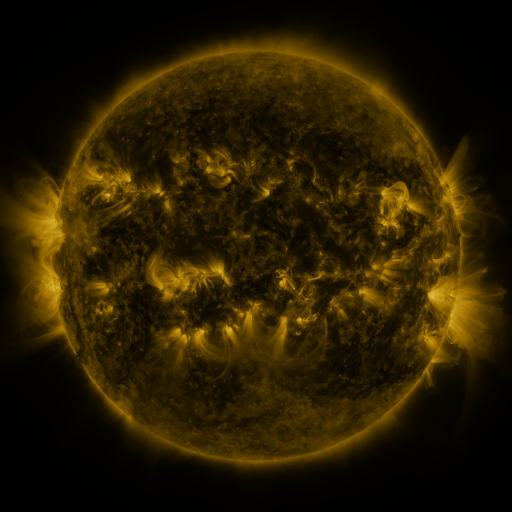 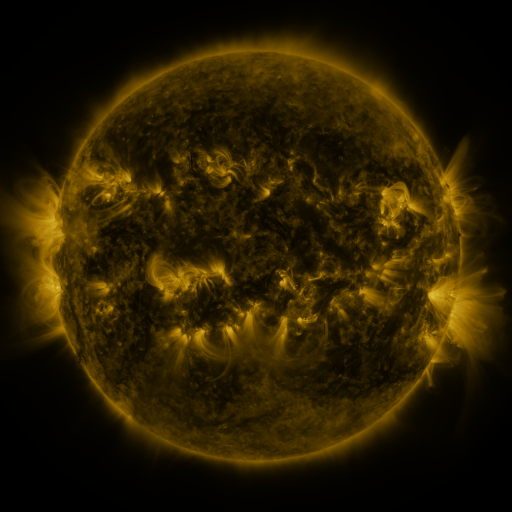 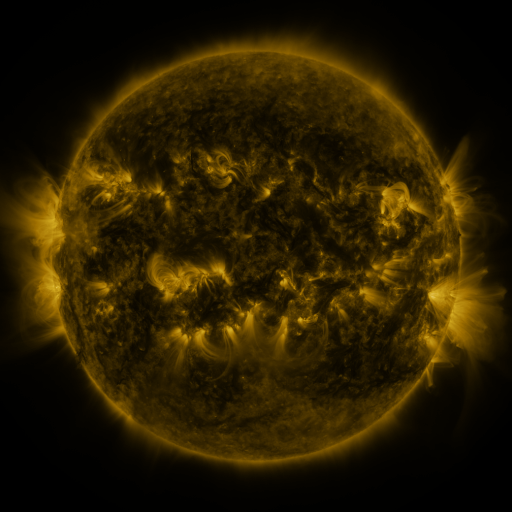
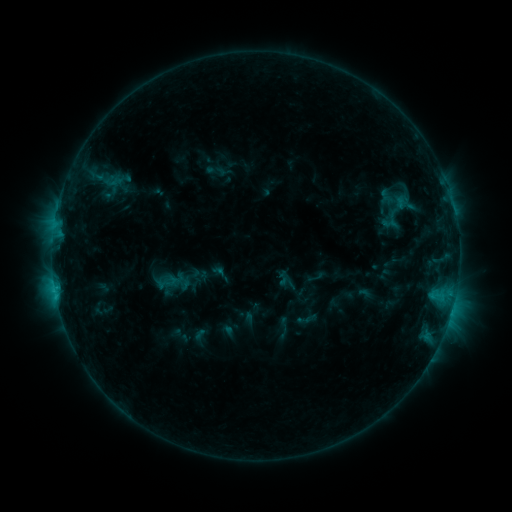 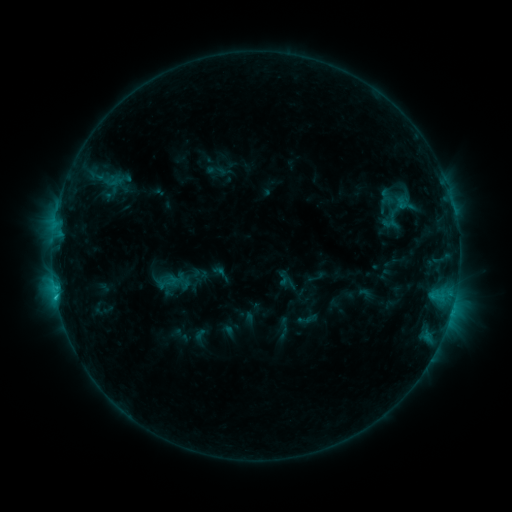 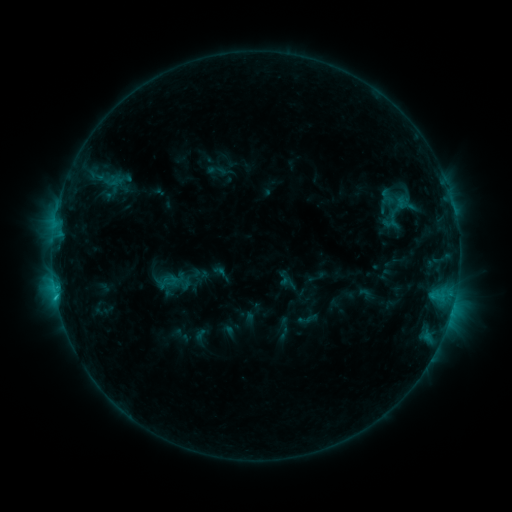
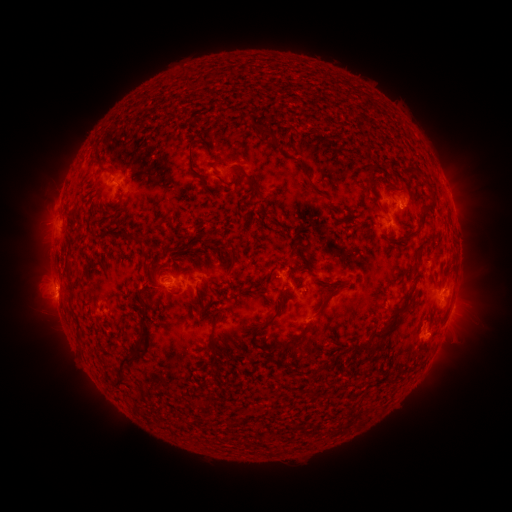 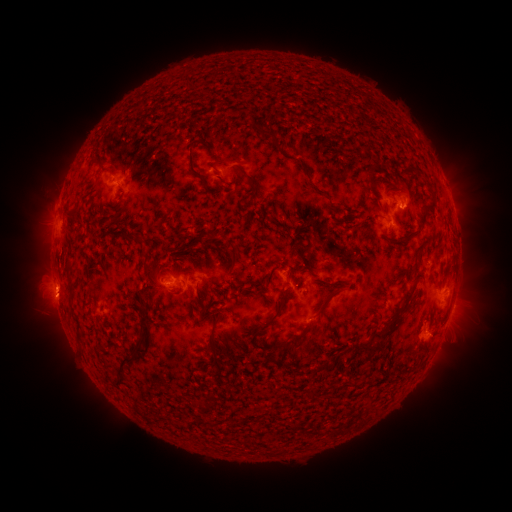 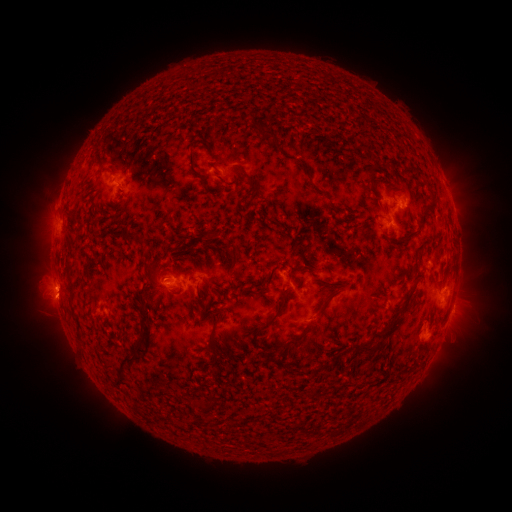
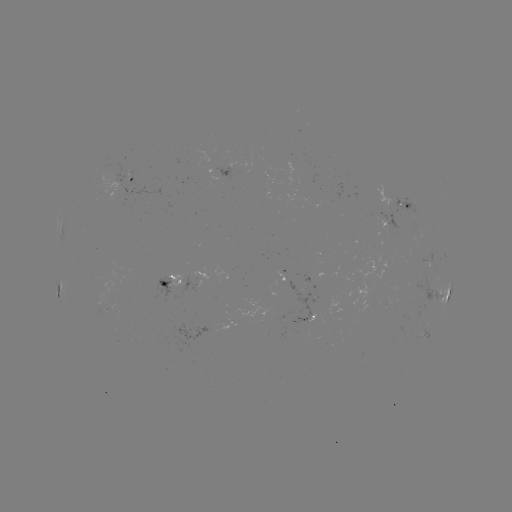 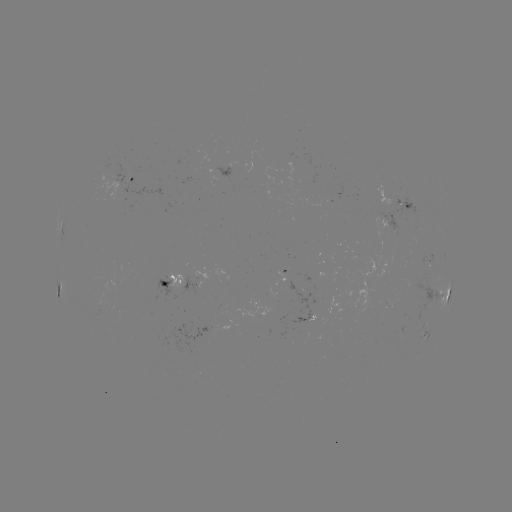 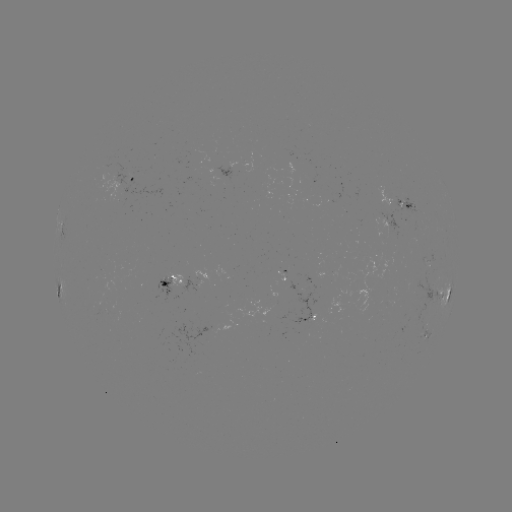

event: flare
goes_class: C1.2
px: (56, 293)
